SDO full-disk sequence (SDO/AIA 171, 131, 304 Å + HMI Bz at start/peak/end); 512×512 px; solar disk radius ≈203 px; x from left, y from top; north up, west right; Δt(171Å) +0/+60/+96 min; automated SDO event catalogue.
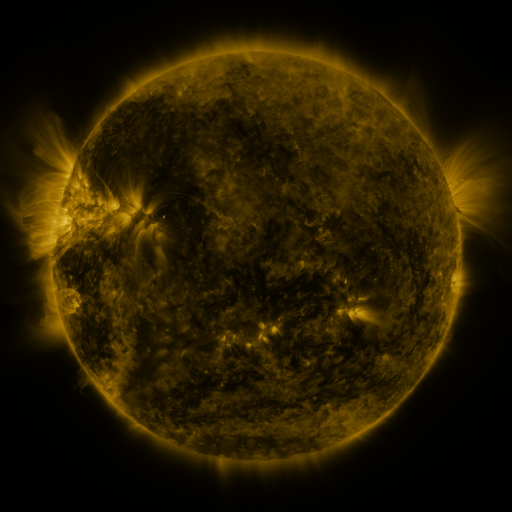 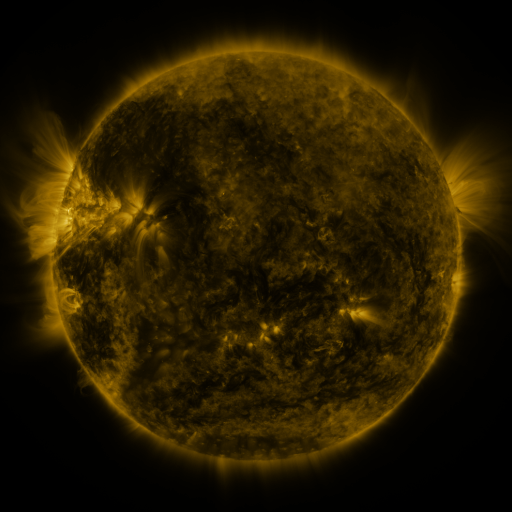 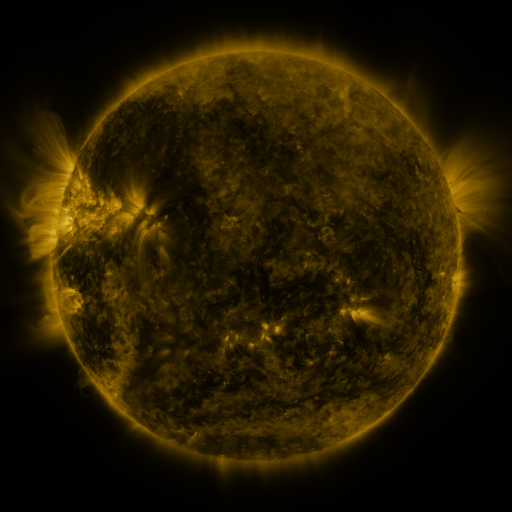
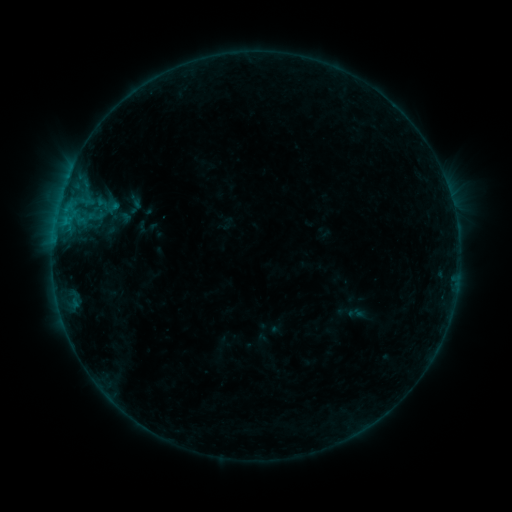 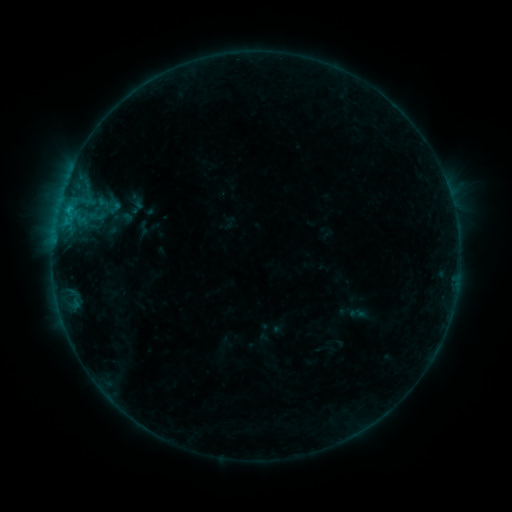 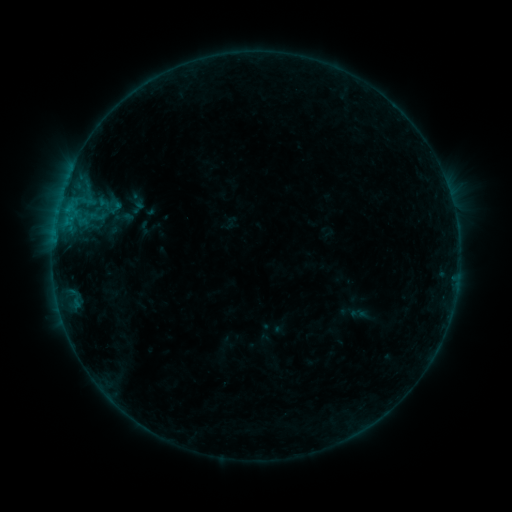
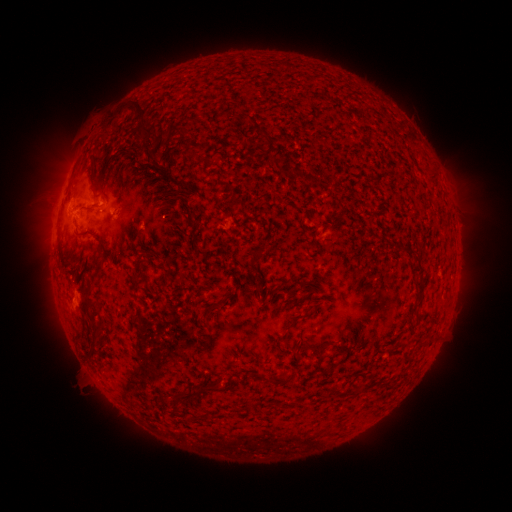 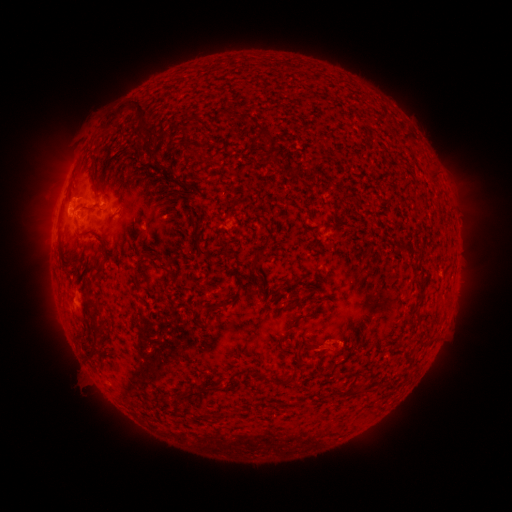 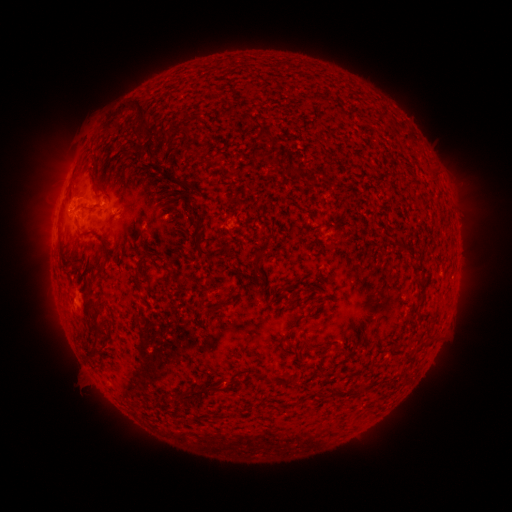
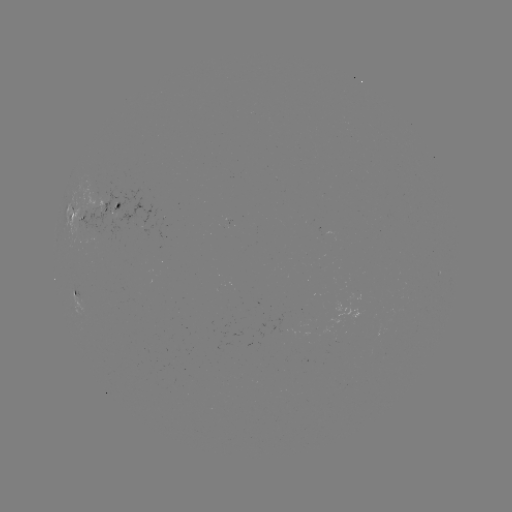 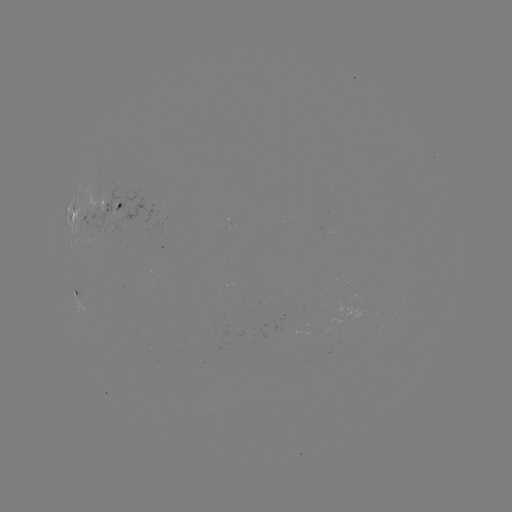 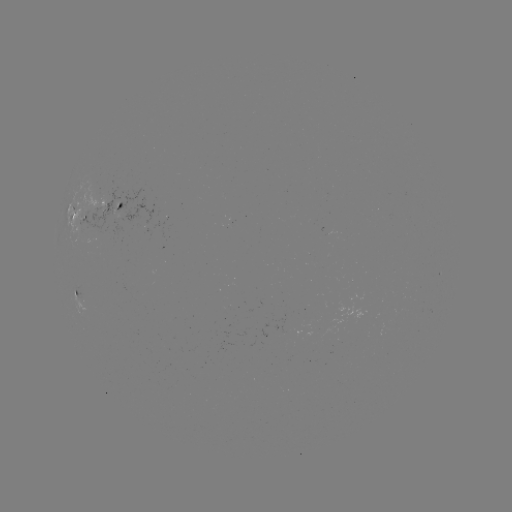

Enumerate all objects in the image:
emerging-flux region: (118, 211)
